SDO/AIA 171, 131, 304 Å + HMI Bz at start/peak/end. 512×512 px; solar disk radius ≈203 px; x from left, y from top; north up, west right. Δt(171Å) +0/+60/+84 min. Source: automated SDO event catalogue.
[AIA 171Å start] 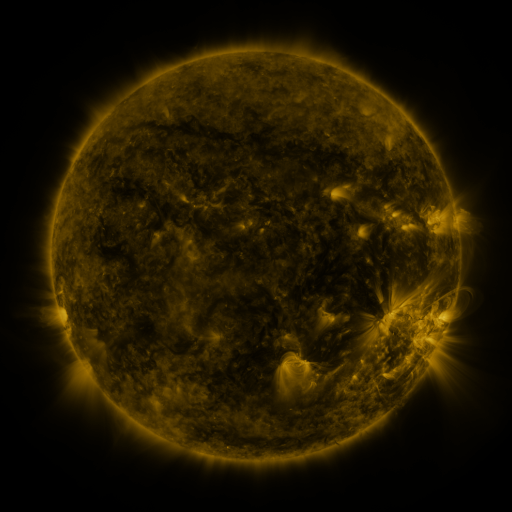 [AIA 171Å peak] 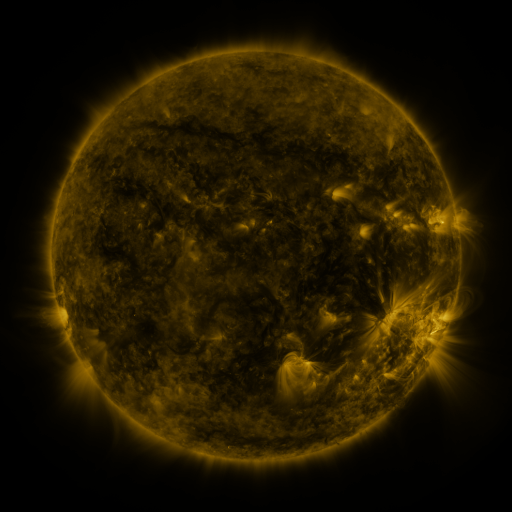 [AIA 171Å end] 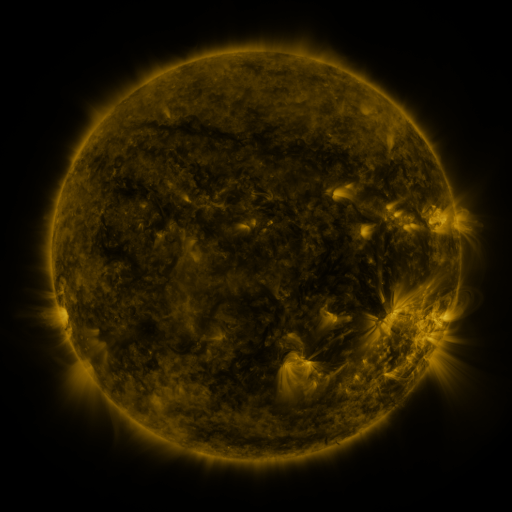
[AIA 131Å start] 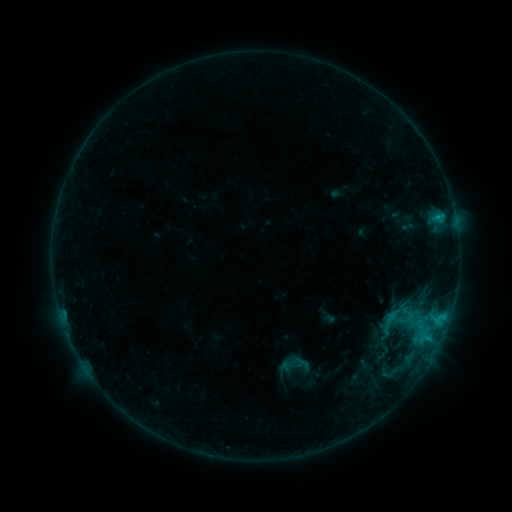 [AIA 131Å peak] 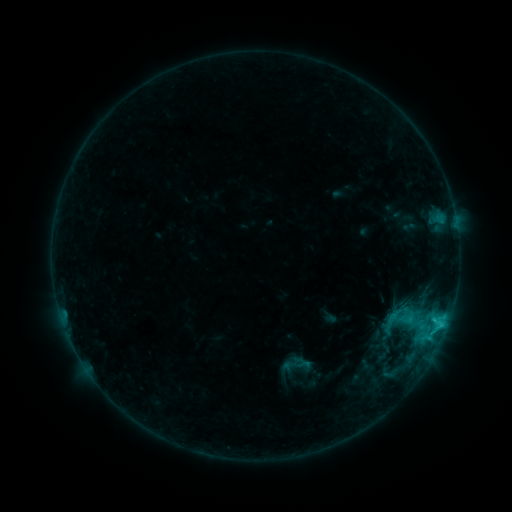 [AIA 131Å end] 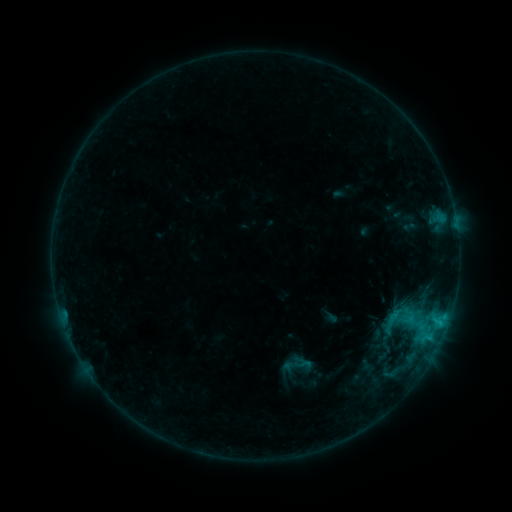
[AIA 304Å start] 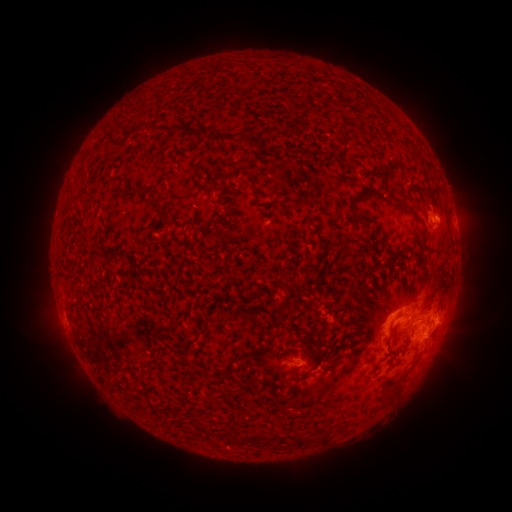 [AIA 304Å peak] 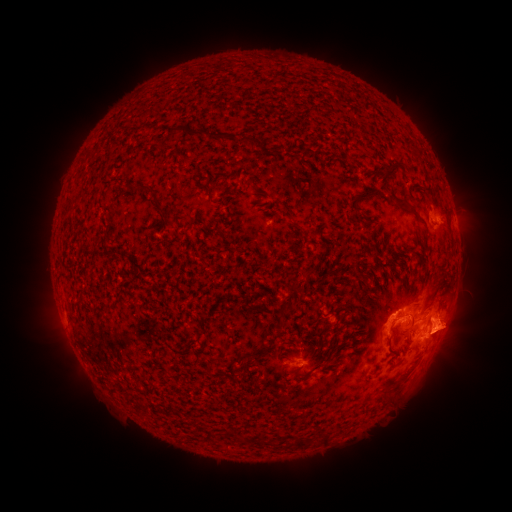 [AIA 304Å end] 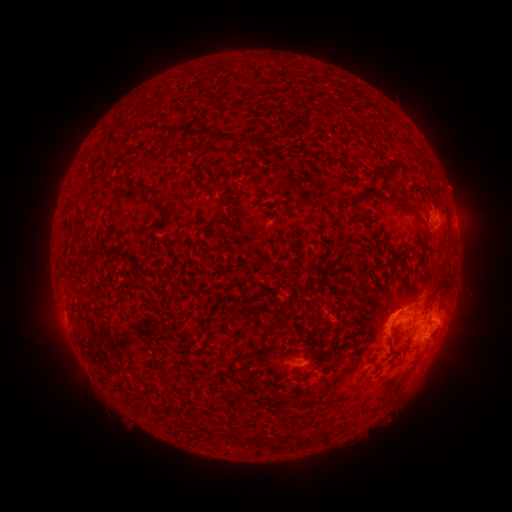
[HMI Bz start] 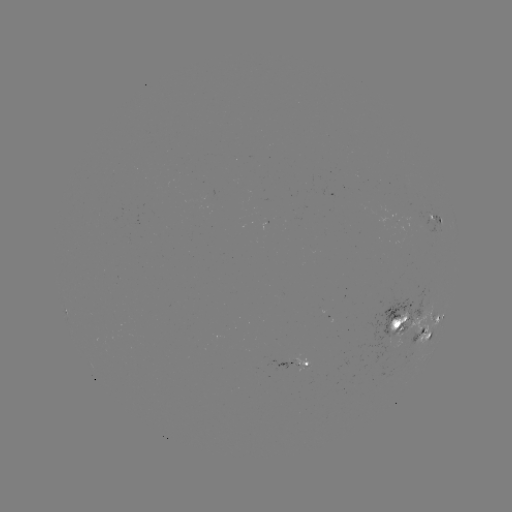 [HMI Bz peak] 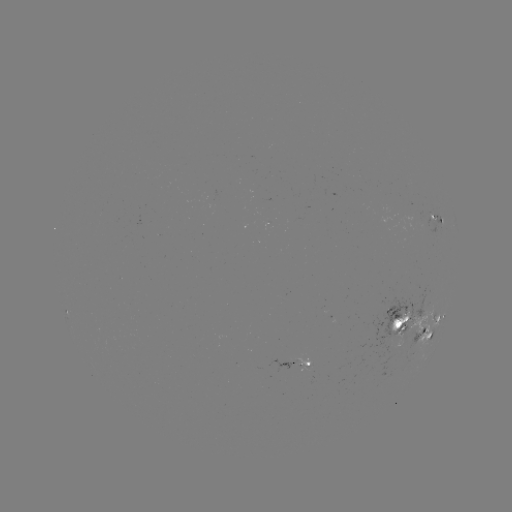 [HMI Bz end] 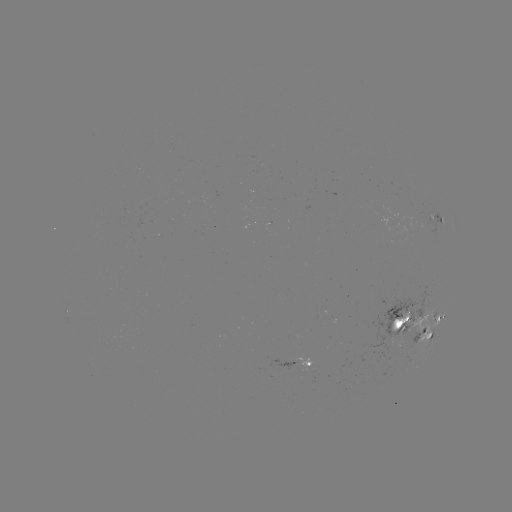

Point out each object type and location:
C2.3 flare: (441, 322)
